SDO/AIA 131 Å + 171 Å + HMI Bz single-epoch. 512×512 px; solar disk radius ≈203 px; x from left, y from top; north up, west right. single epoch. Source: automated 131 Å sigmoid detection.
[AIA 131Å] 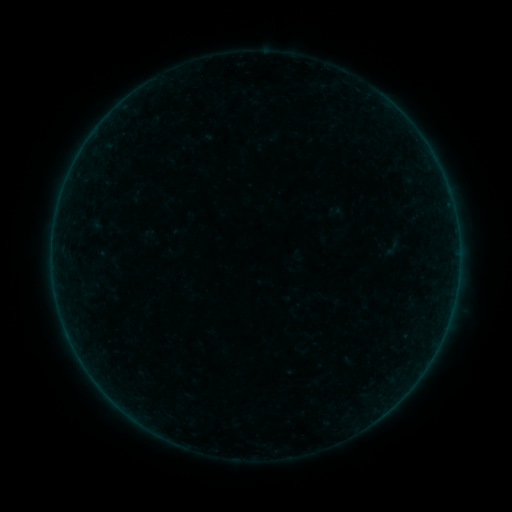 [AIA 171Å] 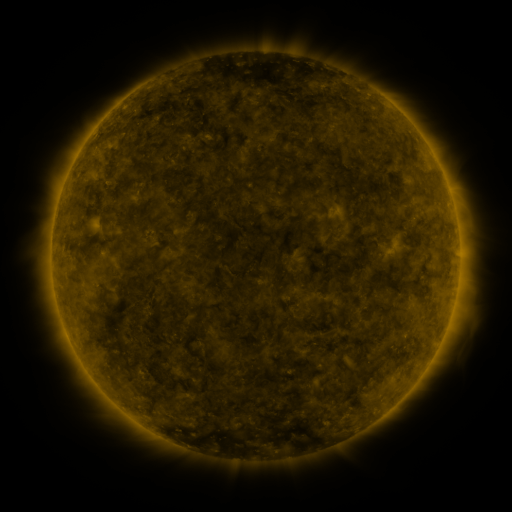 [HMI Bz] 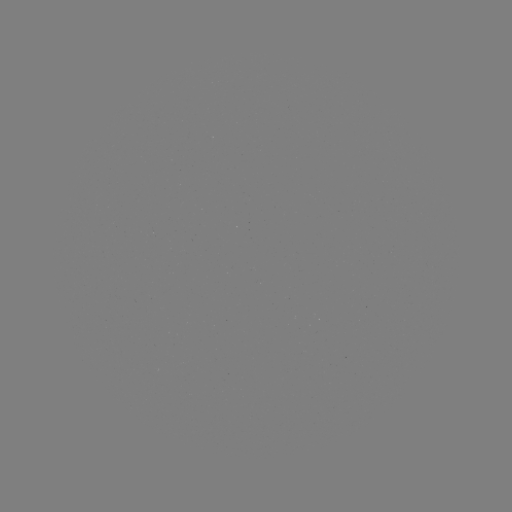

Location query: sigmoid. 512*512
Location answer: [392, 248].